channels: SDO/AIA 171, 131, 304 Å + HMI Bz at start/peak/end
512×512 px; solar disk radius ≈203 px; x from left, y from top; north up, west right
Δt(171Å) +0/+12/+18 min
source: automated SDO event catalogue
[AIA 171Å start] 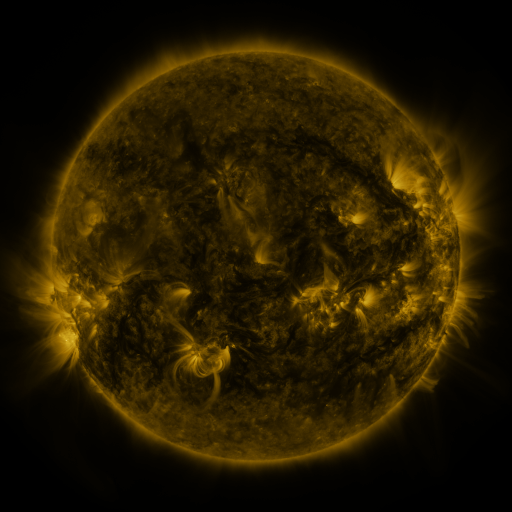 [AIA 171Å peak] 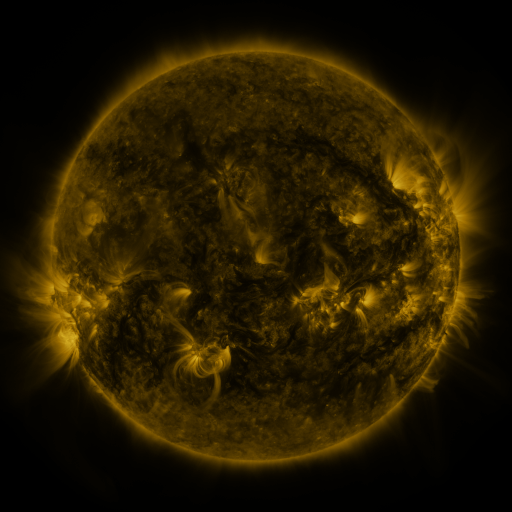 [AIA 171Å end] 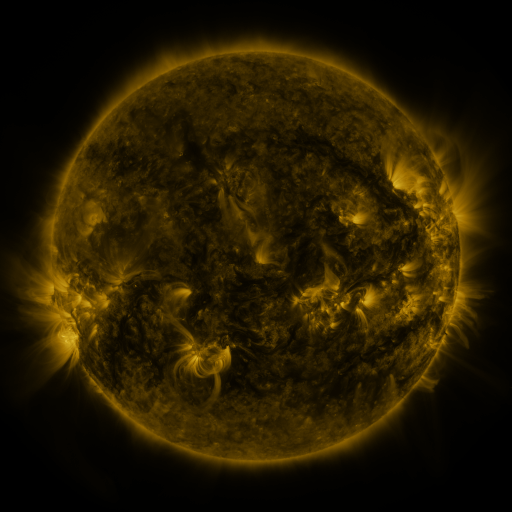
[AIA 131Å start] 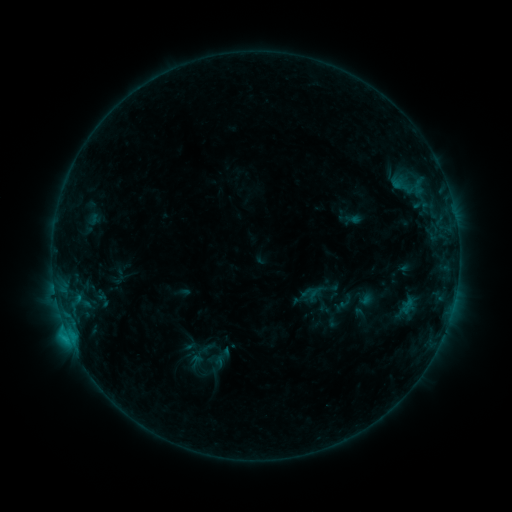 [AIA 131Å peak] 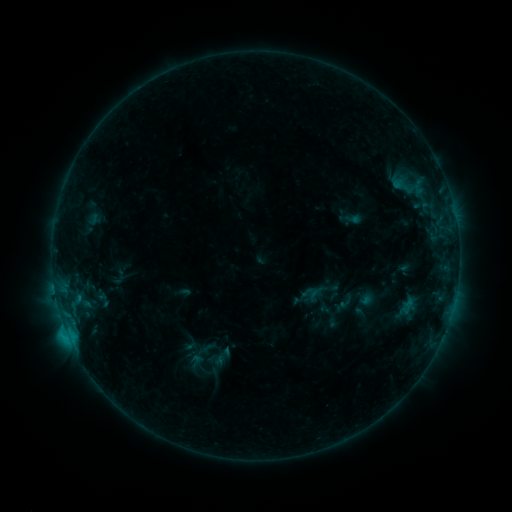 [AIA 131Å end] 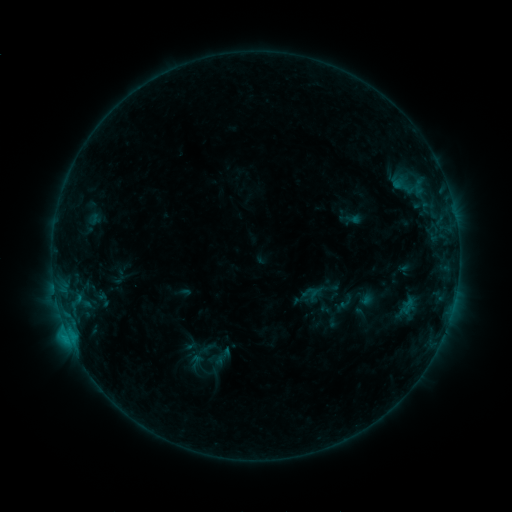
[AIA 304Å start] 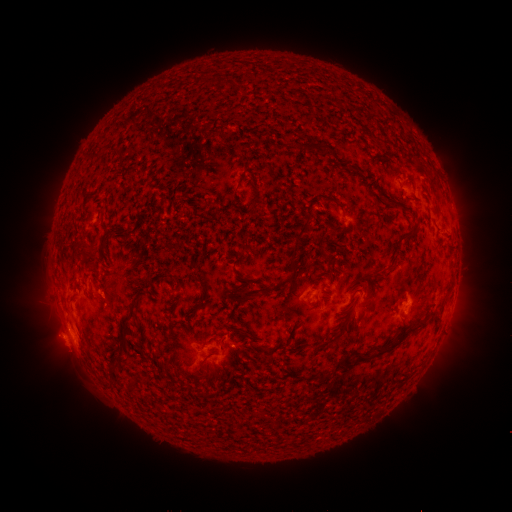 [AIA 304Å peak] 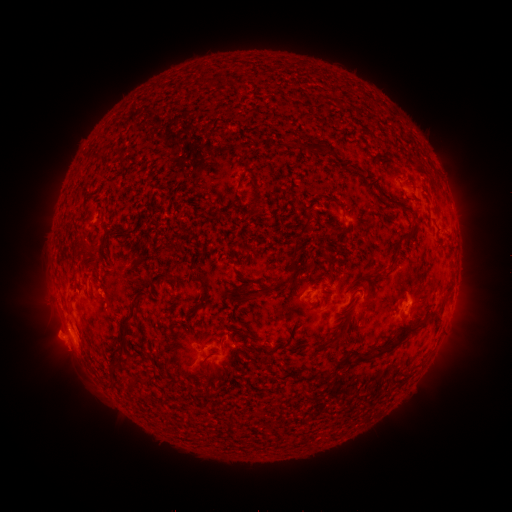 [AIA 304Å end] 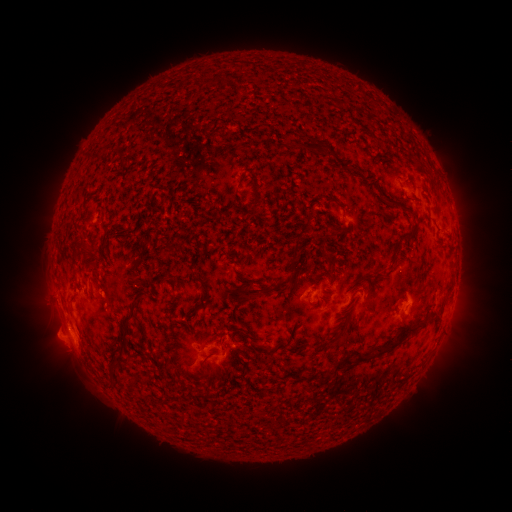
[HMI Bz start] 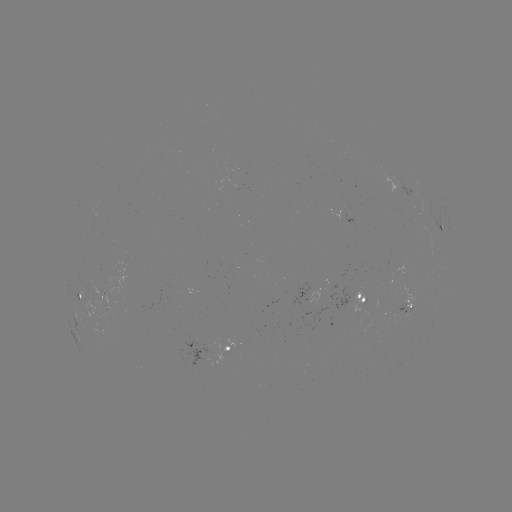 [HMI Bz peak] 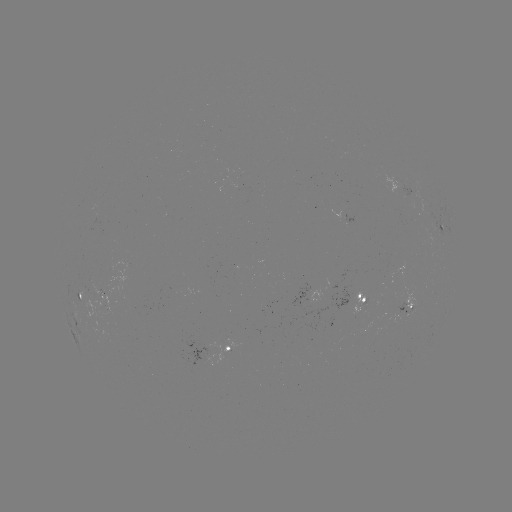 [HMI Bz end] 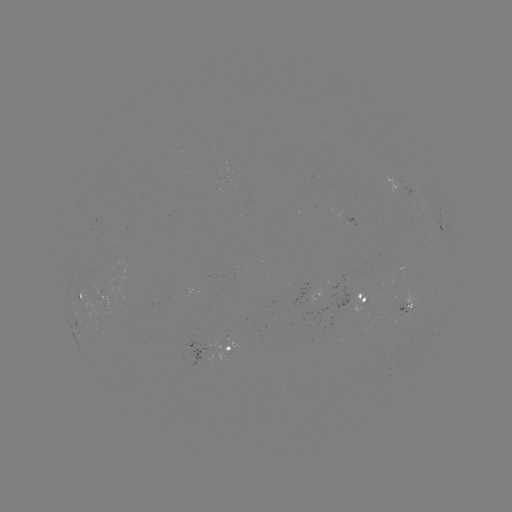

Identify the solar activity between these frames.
no flare in any classed list; no EUV-trigger detection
